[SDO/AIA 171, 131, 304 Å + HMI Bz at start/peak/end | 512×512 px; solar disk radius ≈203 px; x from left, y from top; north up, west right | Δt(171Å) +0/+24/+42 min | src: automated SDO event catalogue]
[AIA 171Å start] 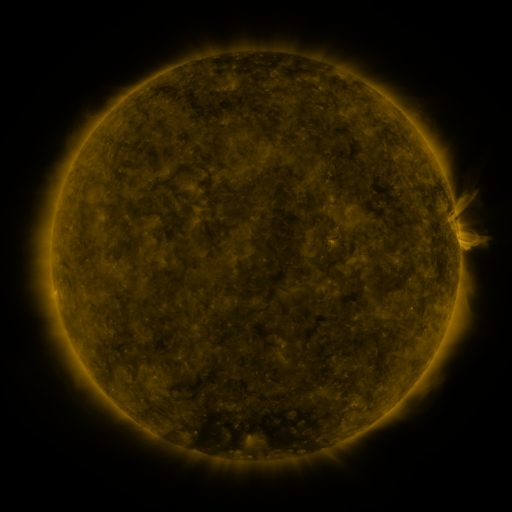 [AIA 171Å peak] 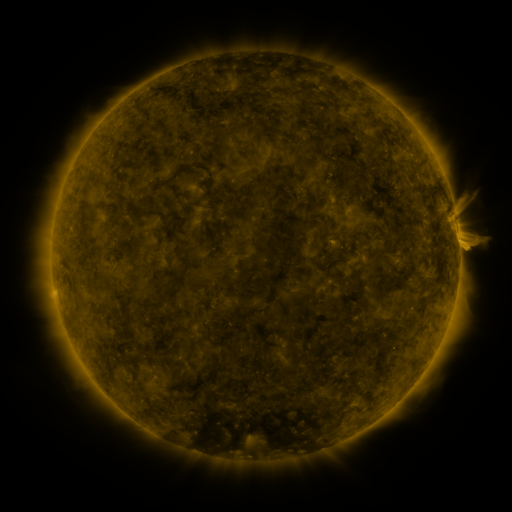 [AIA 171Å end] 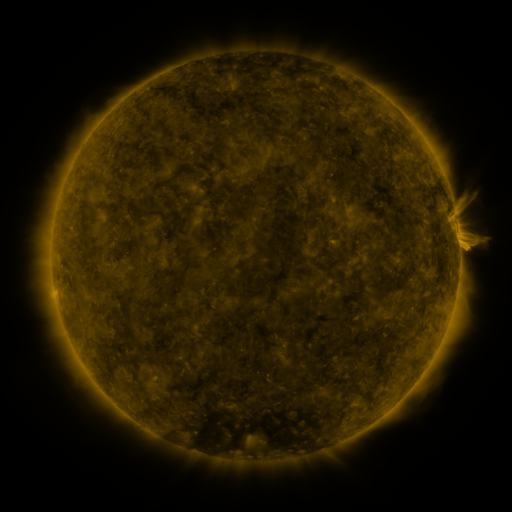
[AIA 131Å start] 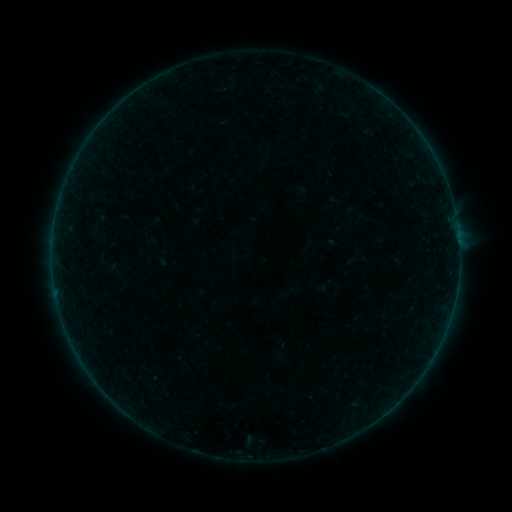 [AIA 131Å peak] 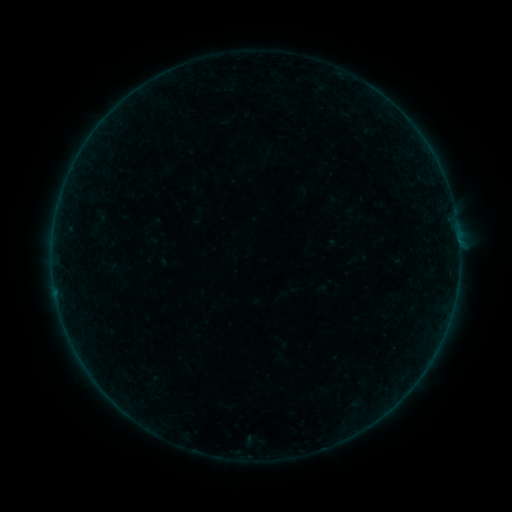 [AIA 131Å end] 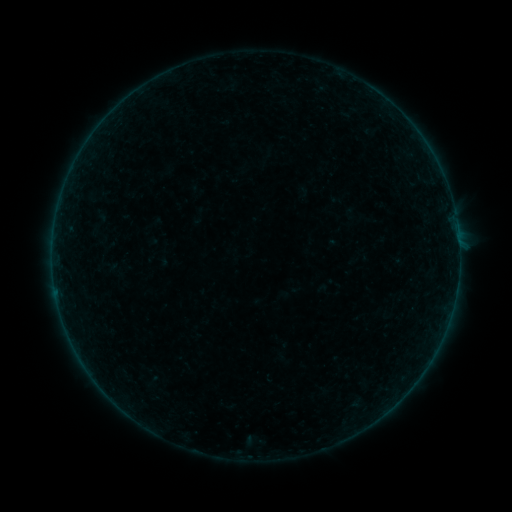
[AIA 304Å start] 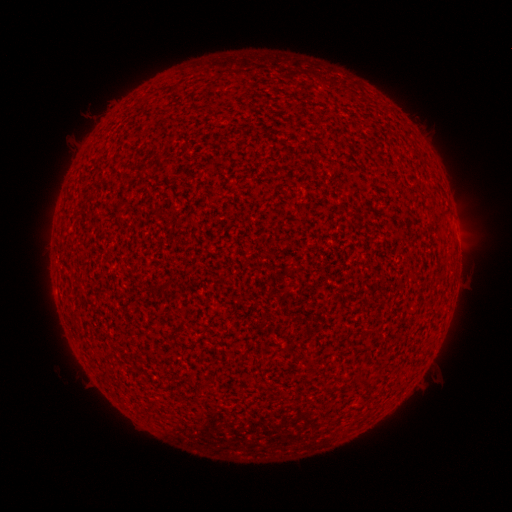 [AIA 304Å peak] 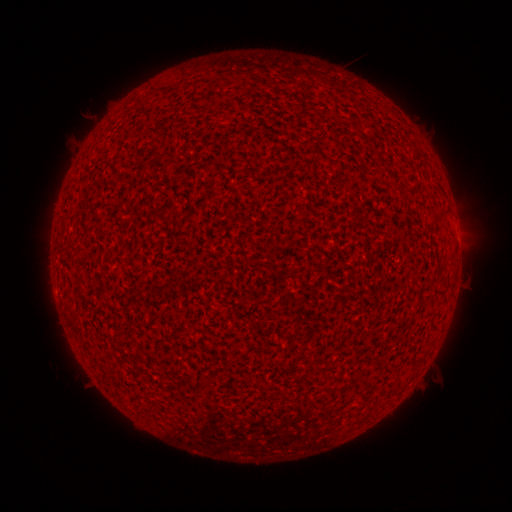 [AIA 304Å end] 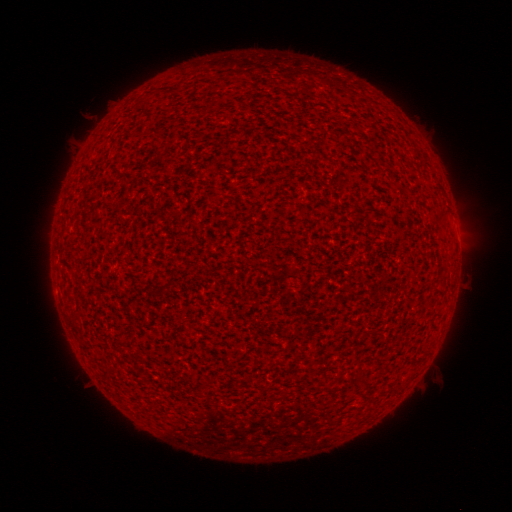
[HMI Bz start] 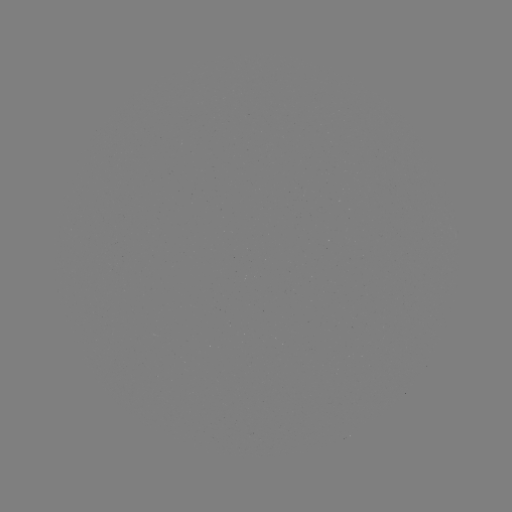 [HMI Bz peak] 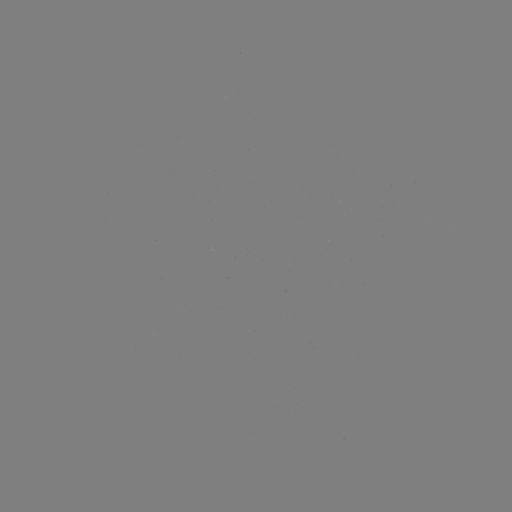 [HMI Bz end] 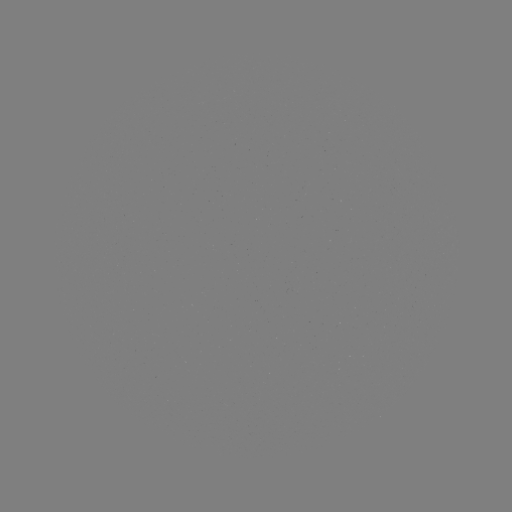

nothing was catalogued: no classed flare, no EUV trigger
